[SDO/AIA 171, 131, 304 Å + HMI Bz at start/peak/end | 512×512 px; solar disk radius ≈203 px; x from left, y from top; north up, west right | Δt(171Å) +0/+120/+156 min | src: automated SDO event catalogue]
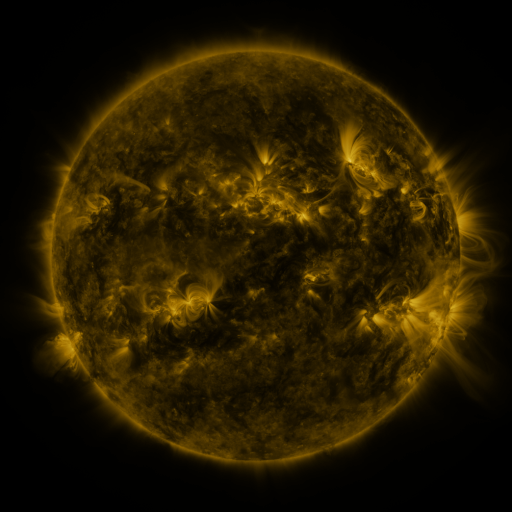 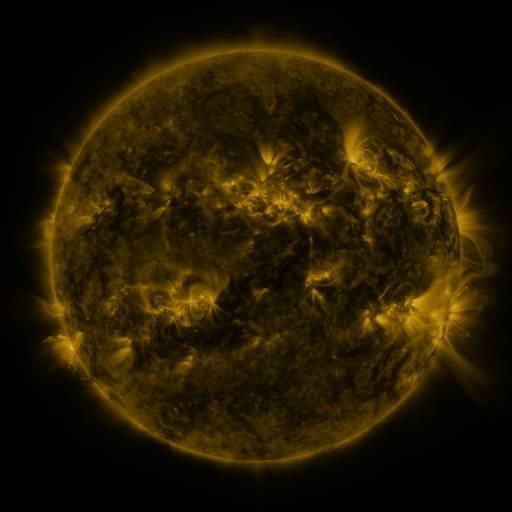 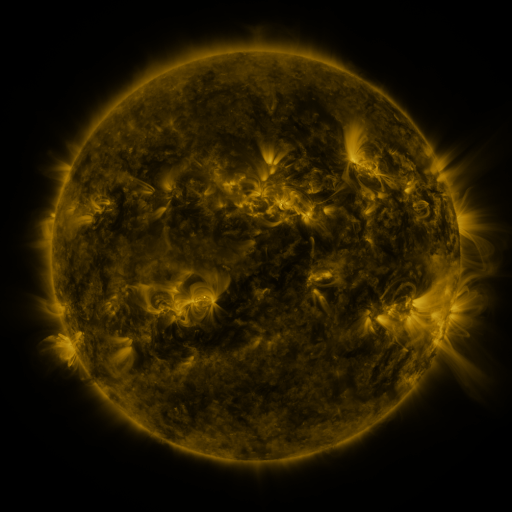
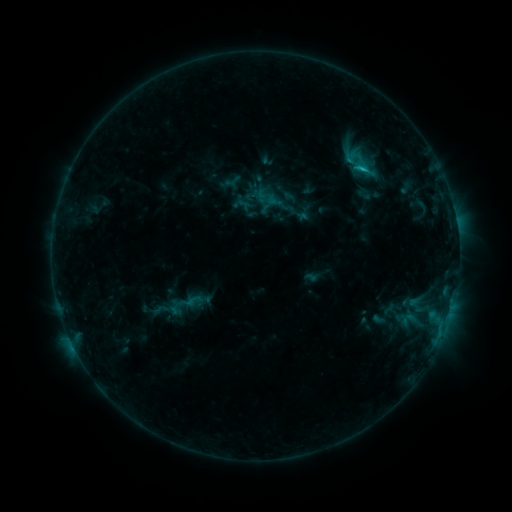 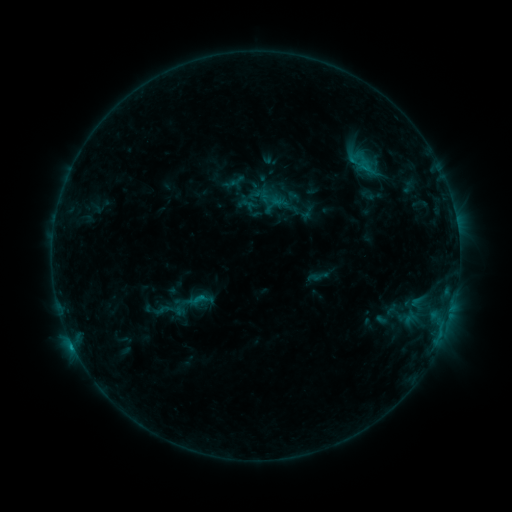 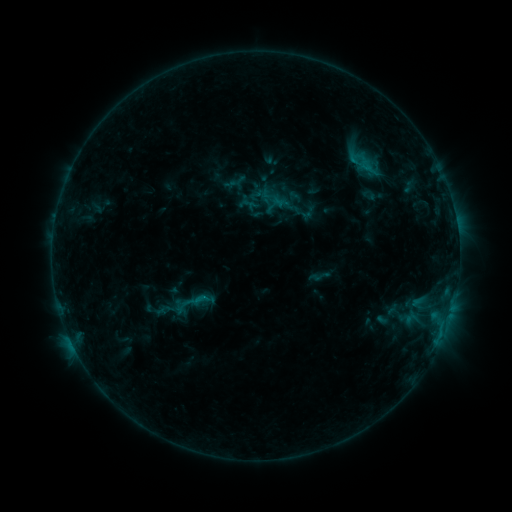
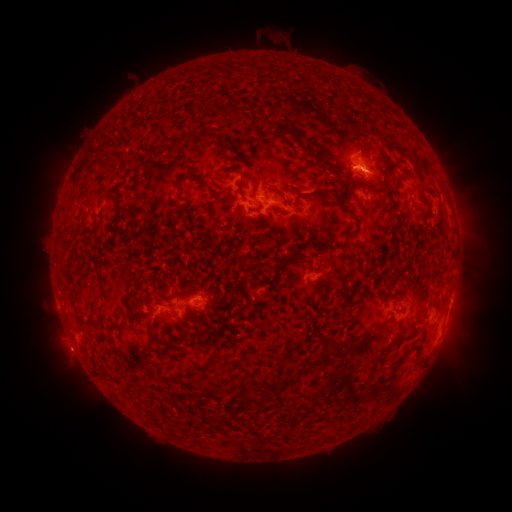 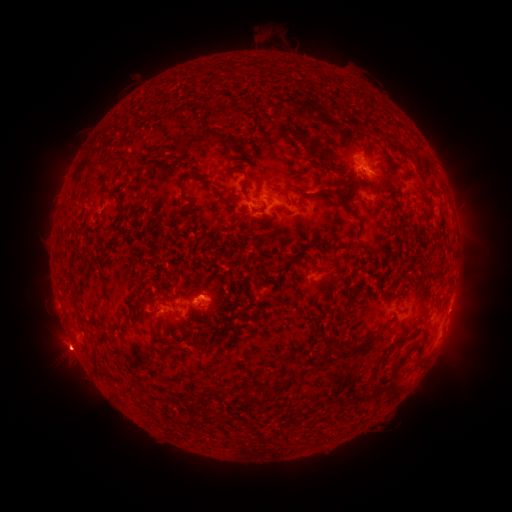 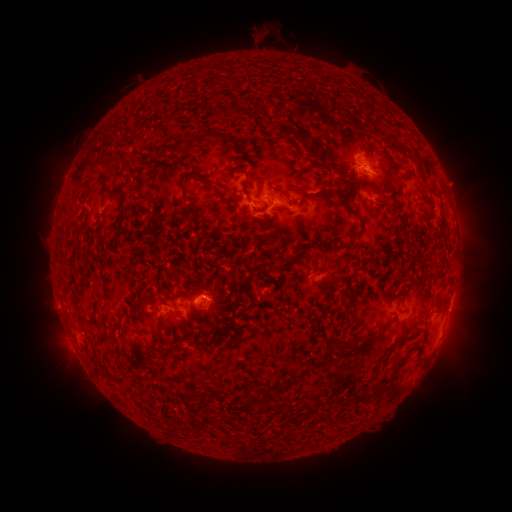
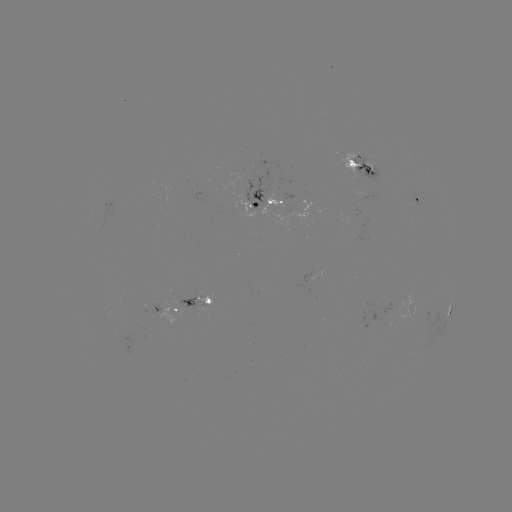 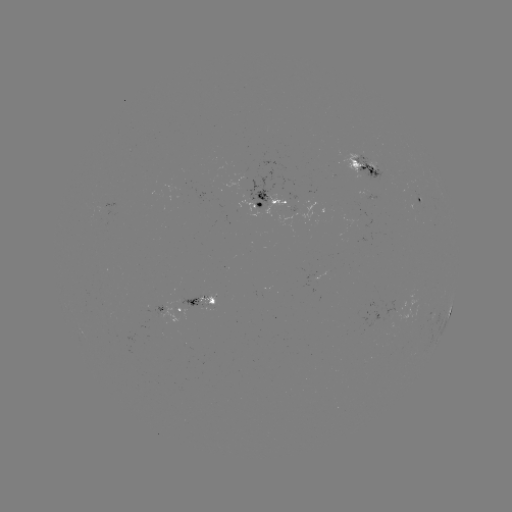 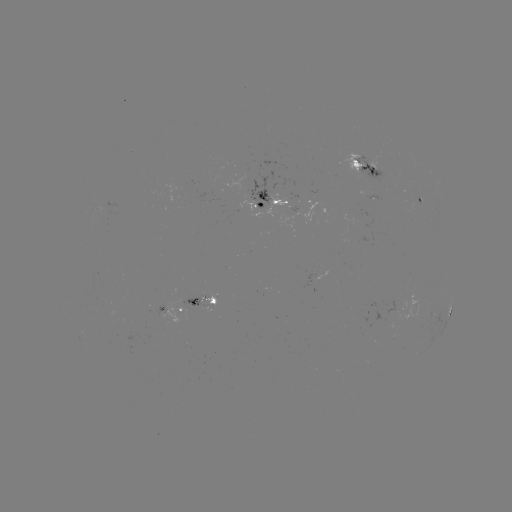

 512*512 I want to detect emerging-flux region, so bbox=[151, 306, 167, 317].